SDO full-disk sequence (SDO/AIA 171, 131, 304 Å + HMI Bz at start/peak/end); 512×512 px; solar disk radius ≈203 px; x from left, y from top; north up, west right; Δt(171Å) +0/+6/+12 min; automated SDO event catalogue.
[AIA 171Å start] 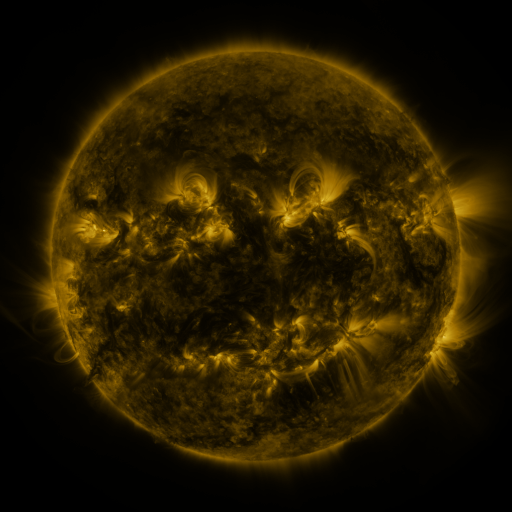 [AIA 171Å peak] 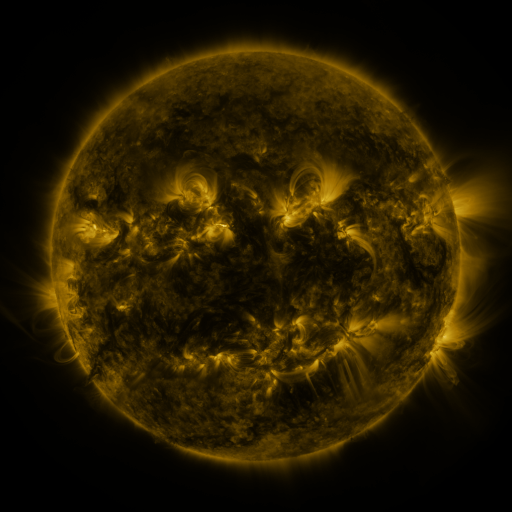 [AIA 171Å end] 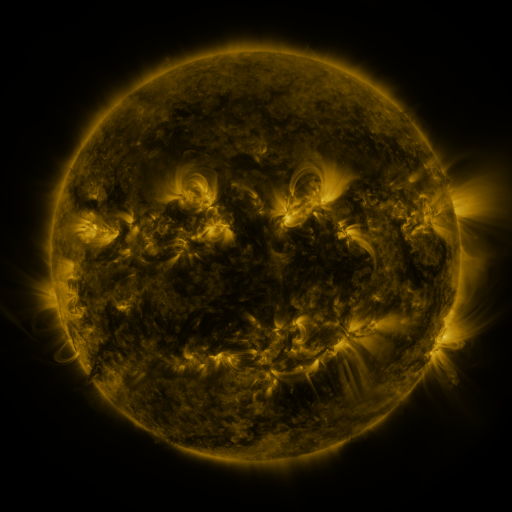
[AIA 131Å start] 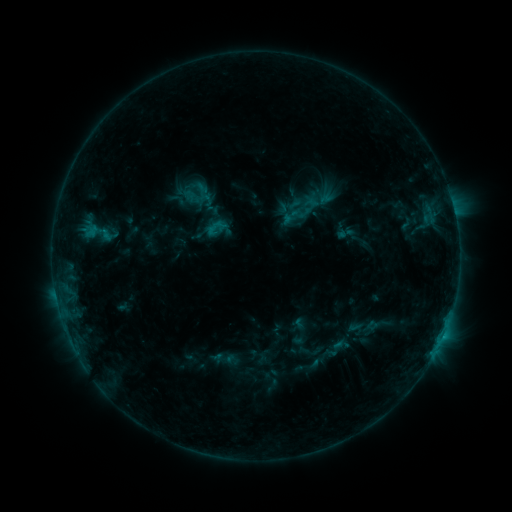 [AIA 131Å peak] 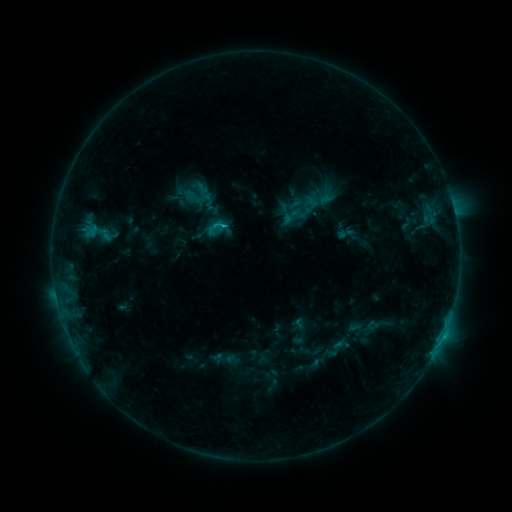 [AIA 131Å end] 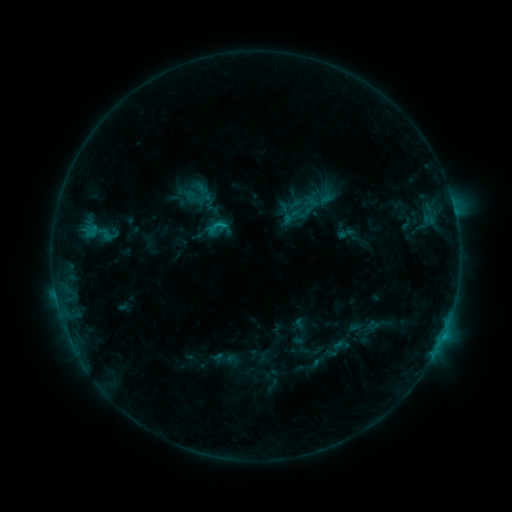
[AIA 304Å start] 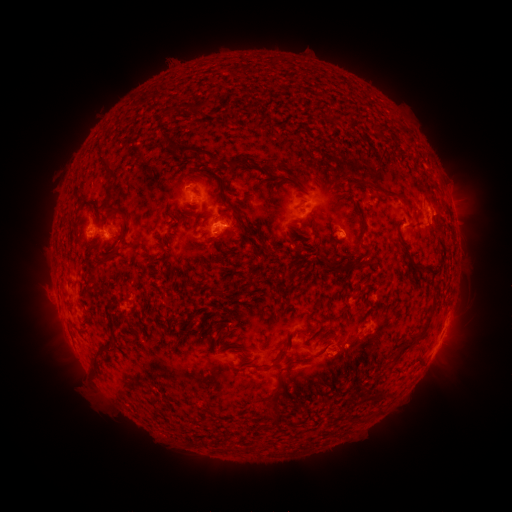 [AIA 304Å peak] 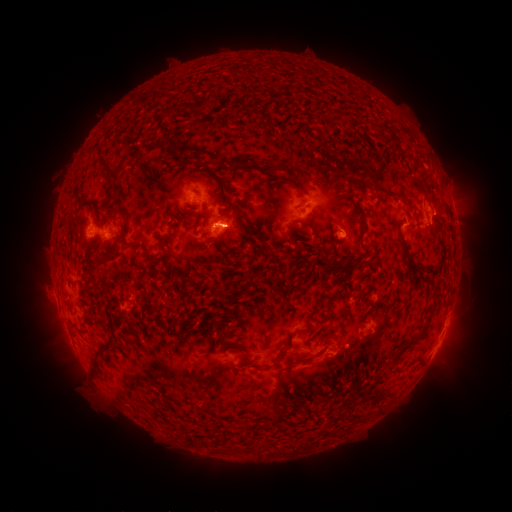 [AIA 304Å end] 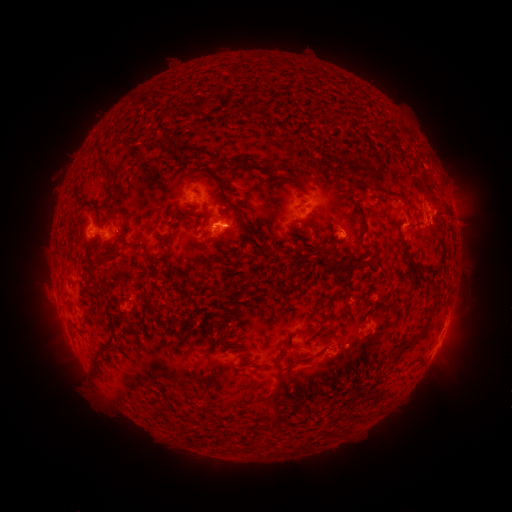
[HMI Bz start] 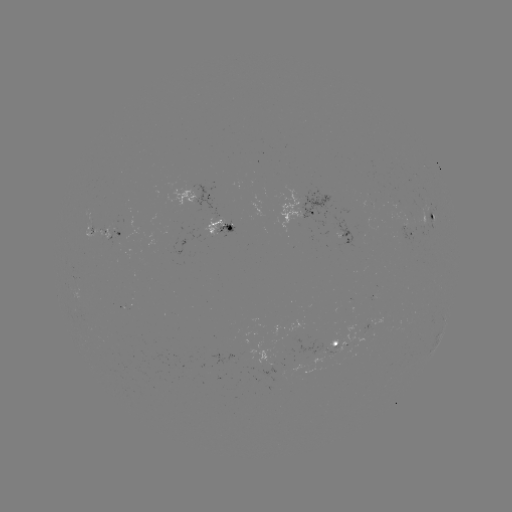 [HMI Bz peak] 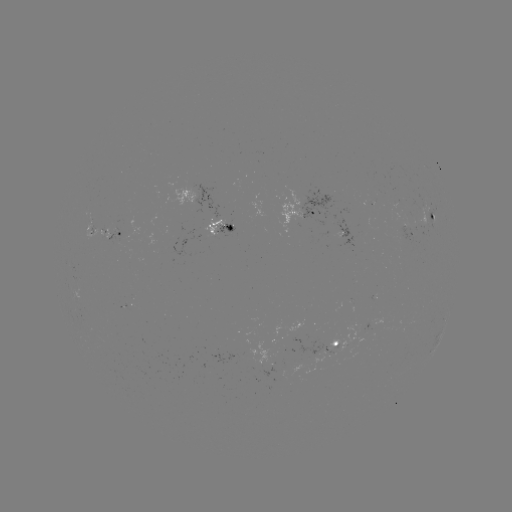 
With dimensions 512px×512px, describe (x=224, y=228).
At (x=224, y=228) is B7.6 flare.